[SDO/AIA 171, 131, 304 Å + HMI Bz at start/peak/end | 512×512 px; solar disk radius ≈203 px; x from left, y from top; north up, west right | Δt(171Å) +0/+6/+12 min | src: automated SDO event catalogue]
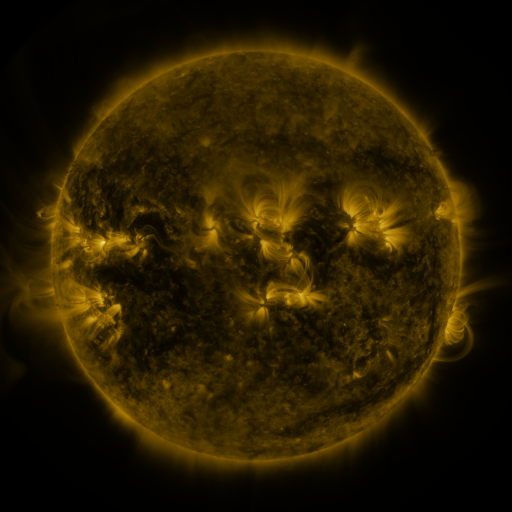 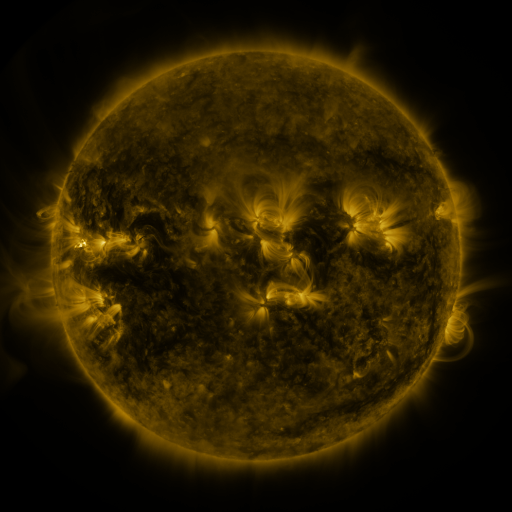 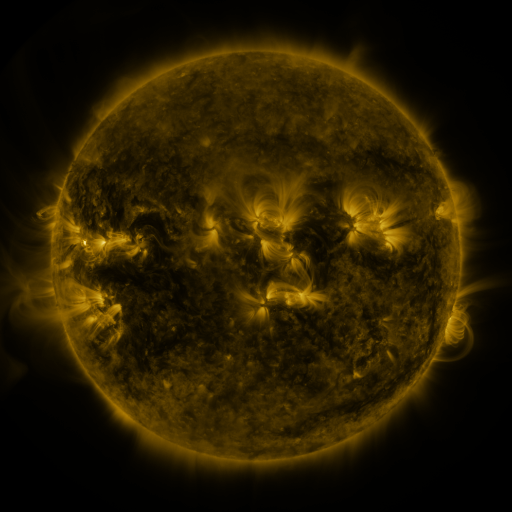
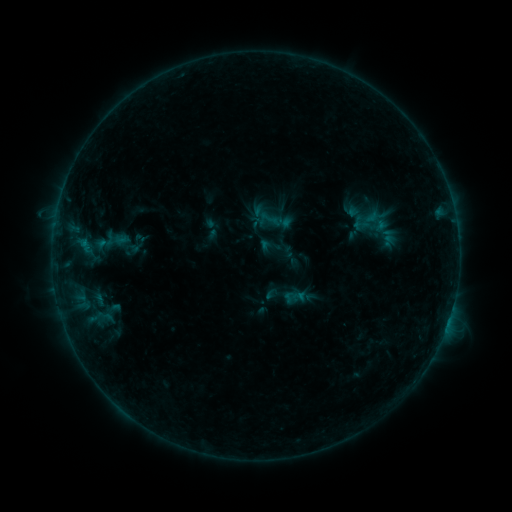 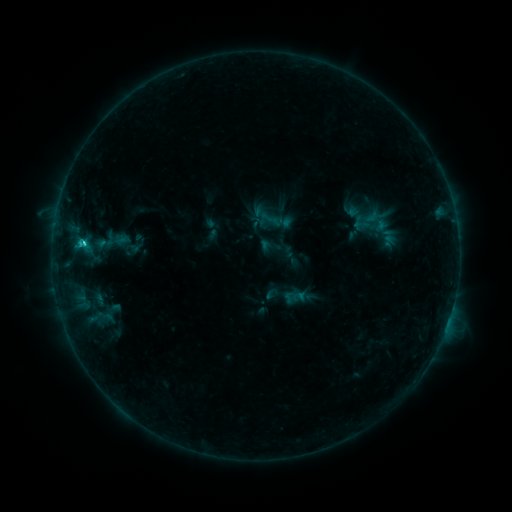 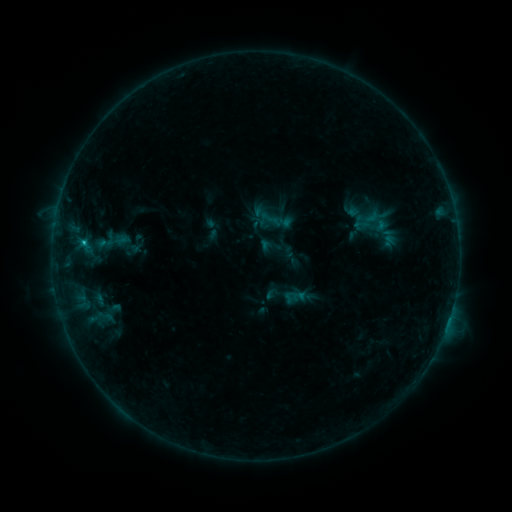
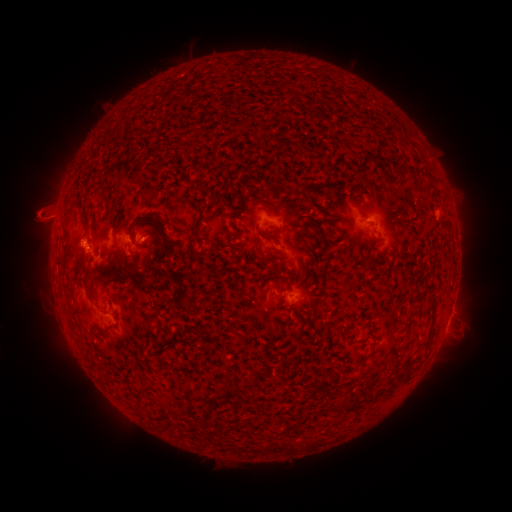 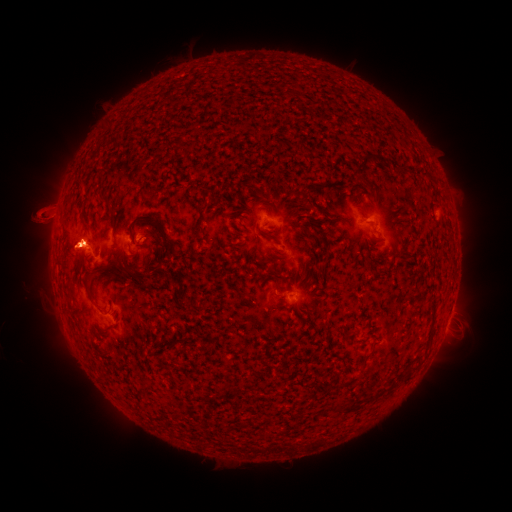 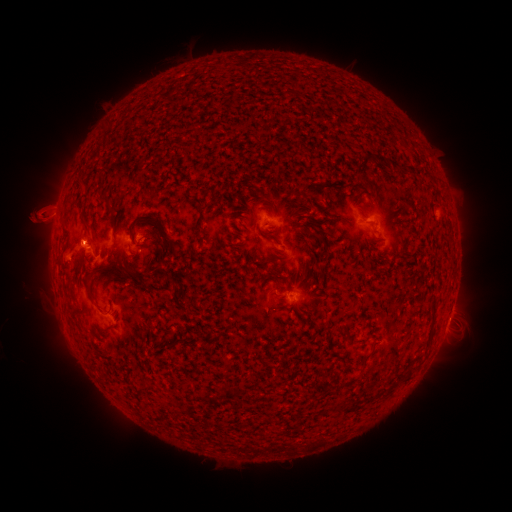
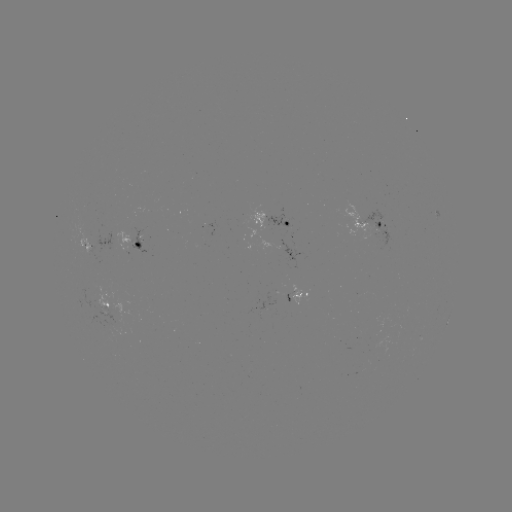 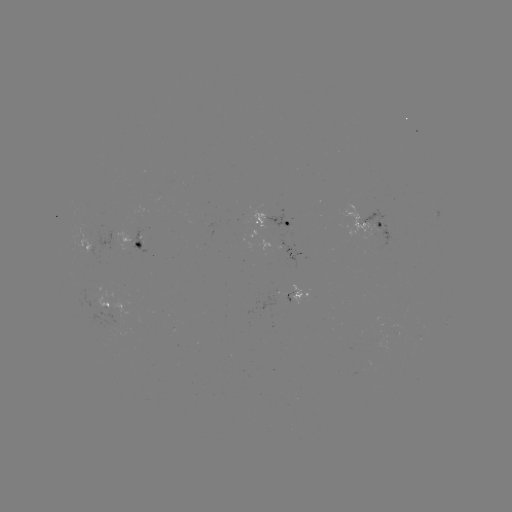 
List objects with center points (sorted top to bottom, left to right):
C1.9 flare: (84, 247)
